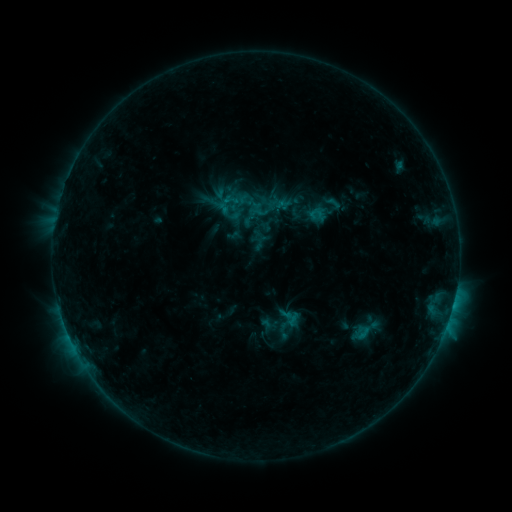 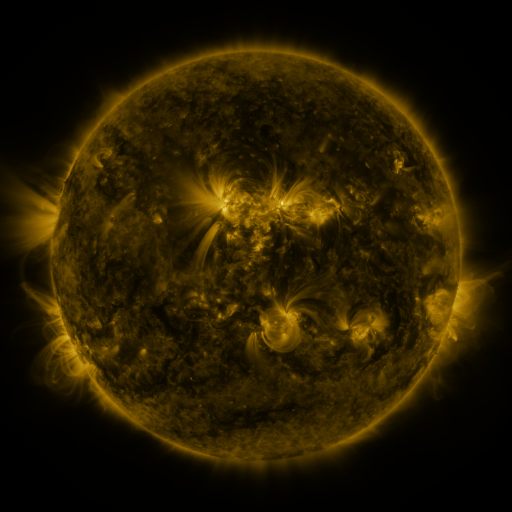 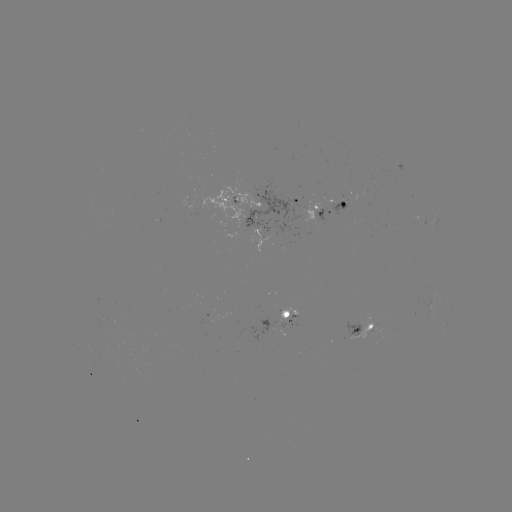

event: sigmoid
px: (317, 214)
